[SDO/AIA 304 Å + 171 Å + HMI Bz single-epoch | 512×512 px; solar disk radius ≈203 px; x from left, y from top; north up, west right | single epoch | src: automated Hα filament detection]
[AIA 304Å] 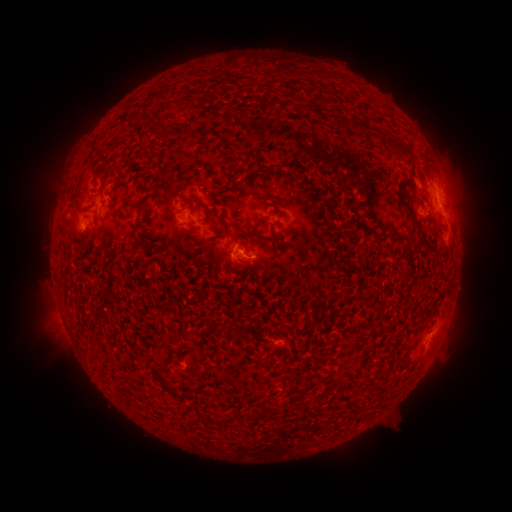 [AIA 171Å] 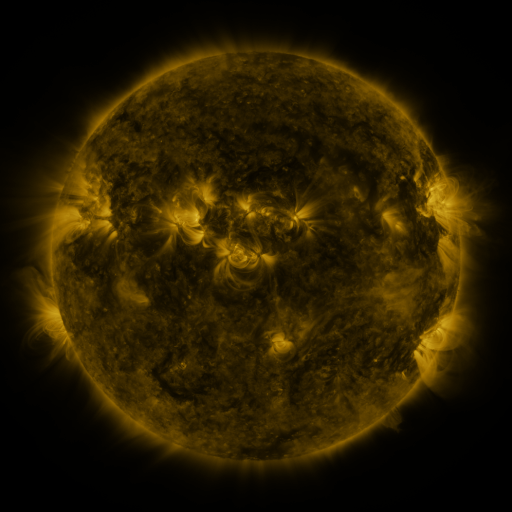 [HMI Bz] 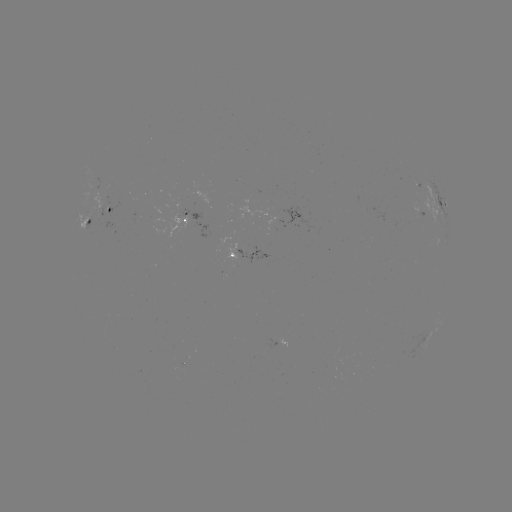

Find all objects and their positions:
filament: (391, 139, 414, 162)
filament: (398, 192, 431, 251)
filament: (245, 226, 261, 237)
filament: (273, 232, 287, 251)
filament: (234, 234, 250, 252)
filament: (375, 307, 384, 318)
